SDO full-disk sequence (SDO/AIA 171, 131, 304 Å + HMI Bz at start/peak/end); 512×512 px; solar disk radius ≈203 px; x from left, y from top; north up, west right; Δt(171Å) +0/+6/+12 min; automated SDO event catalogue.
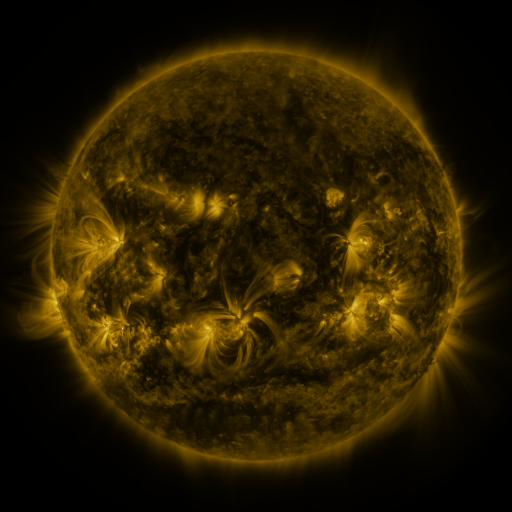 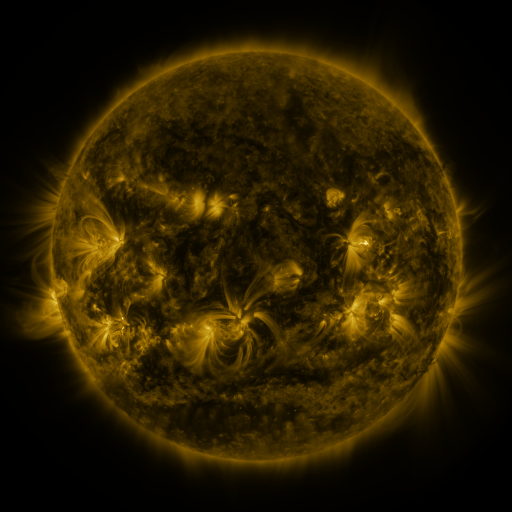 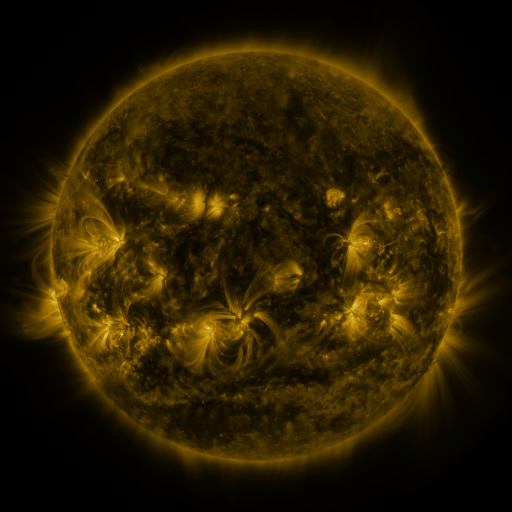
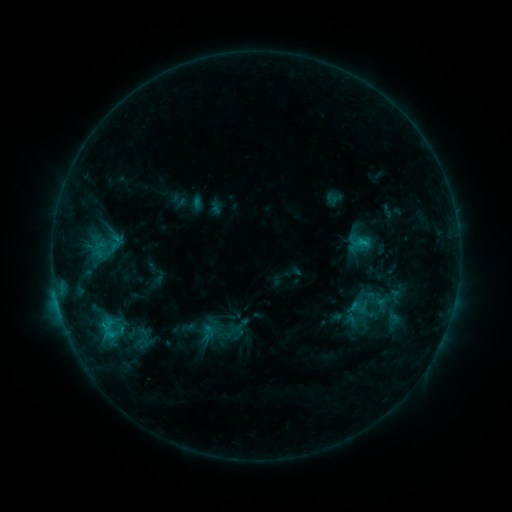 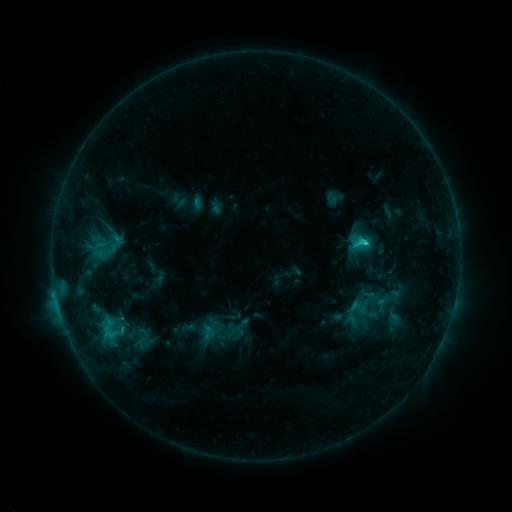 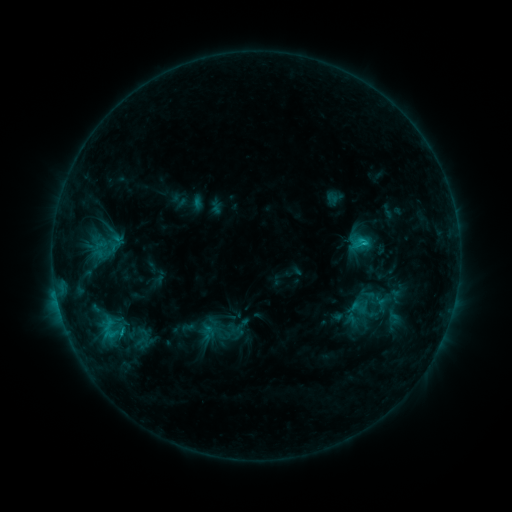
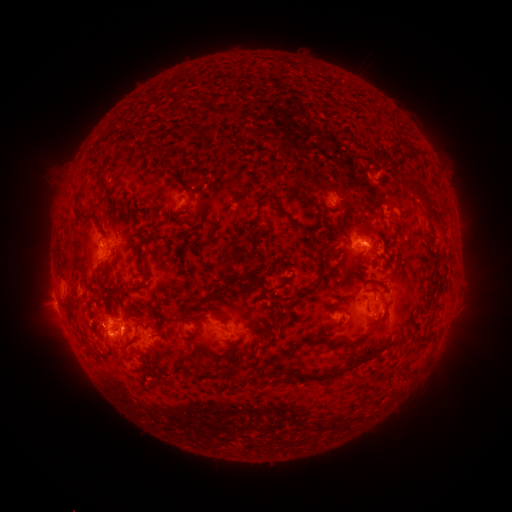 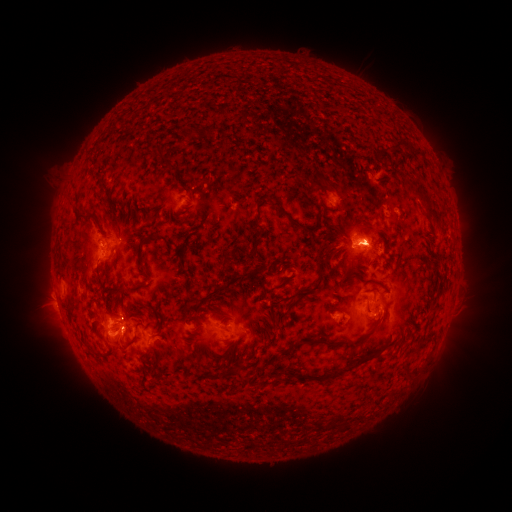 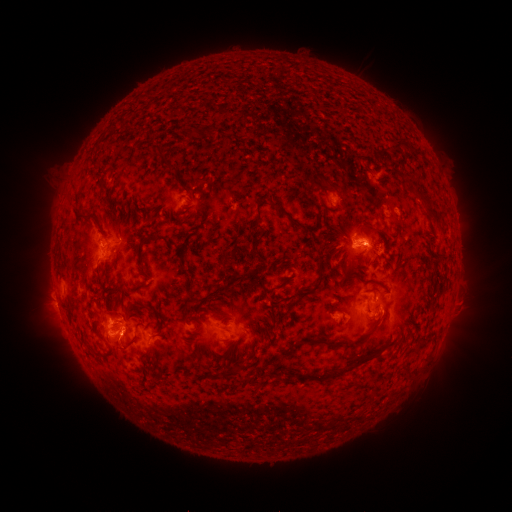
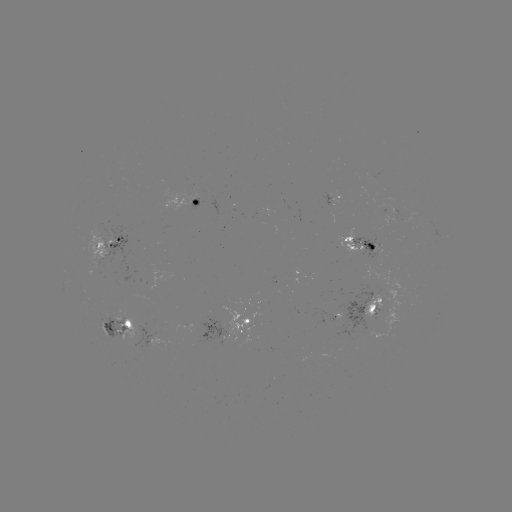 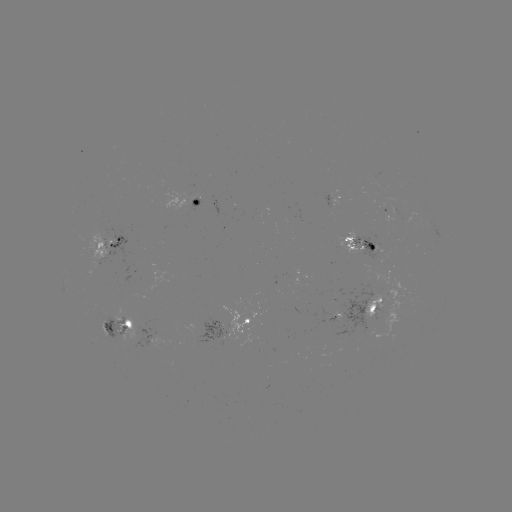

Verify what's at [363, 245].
C3.1 flare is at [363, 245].